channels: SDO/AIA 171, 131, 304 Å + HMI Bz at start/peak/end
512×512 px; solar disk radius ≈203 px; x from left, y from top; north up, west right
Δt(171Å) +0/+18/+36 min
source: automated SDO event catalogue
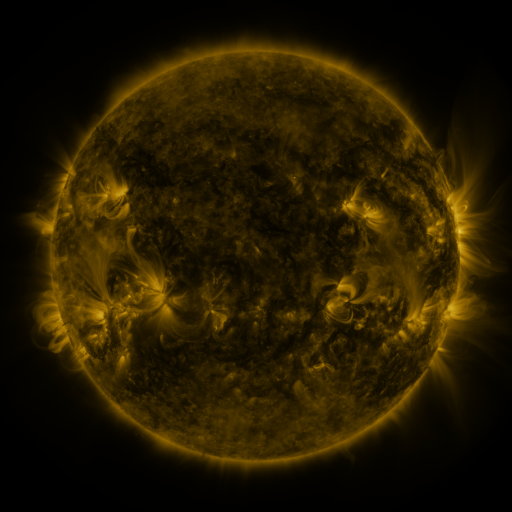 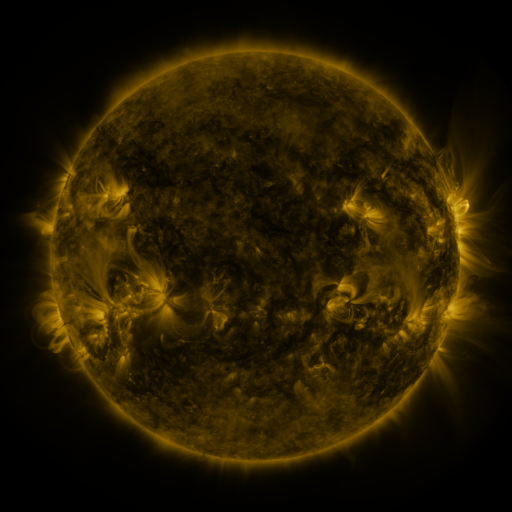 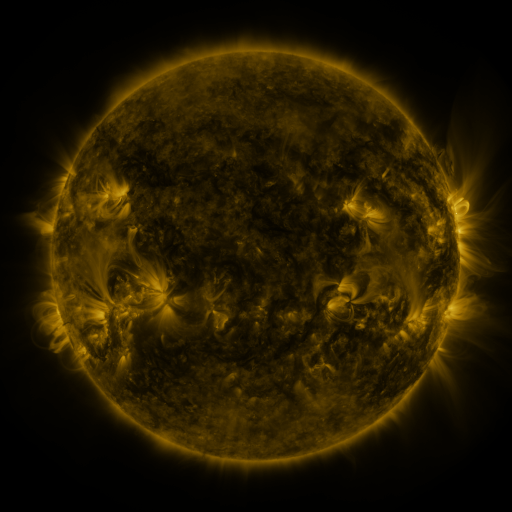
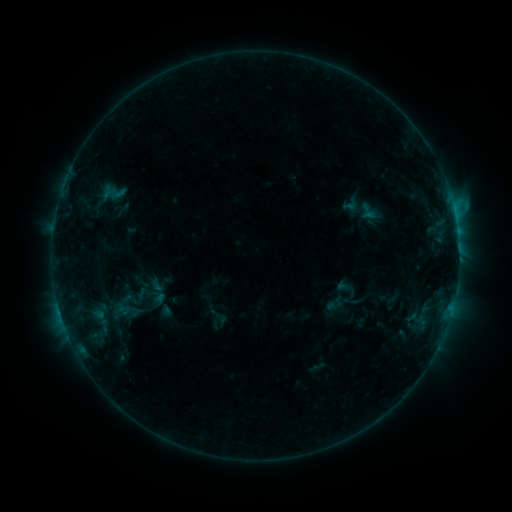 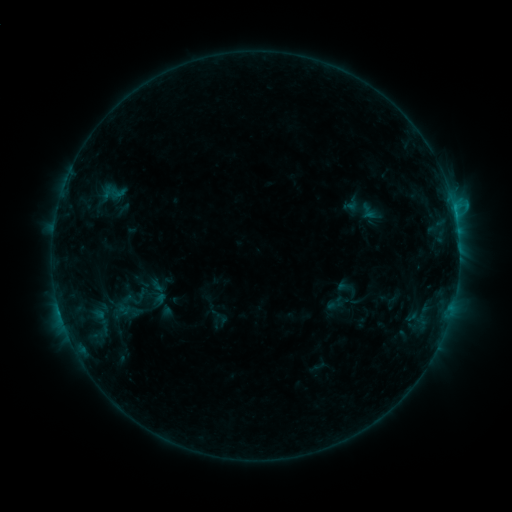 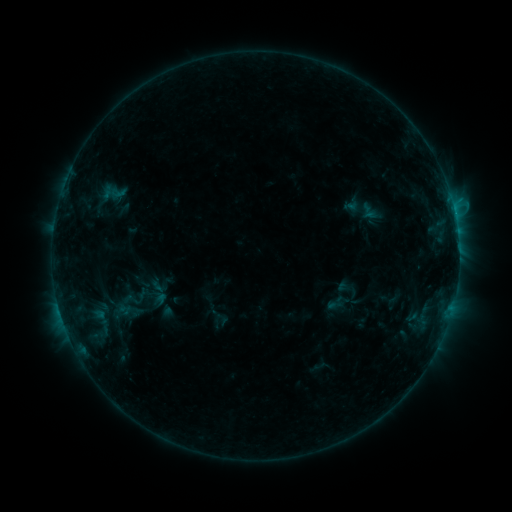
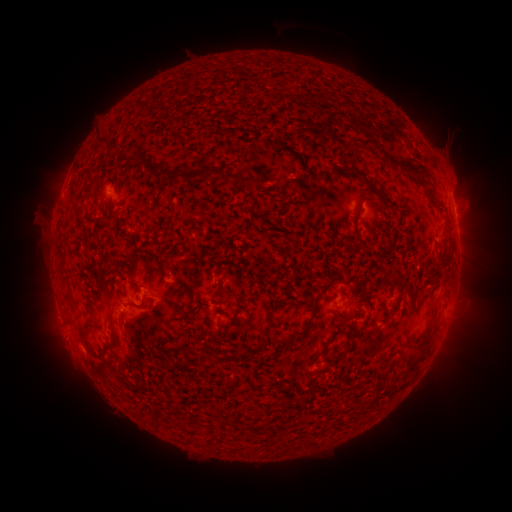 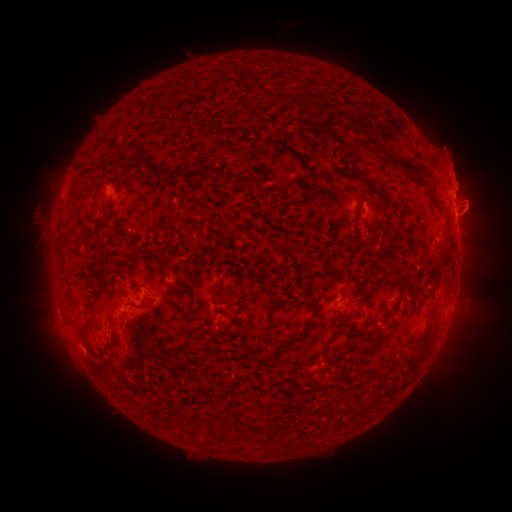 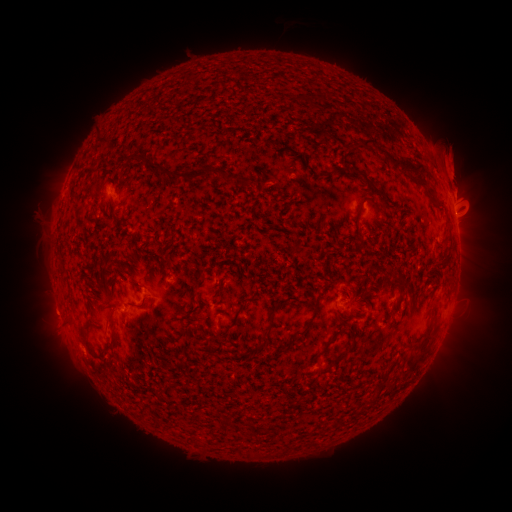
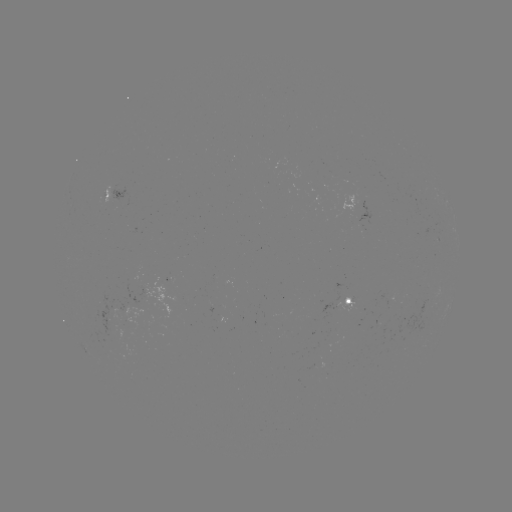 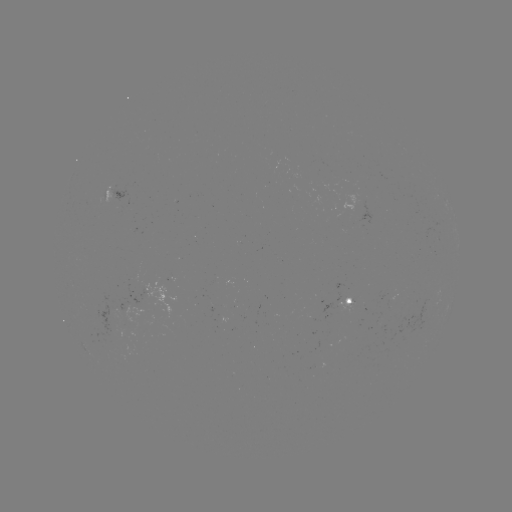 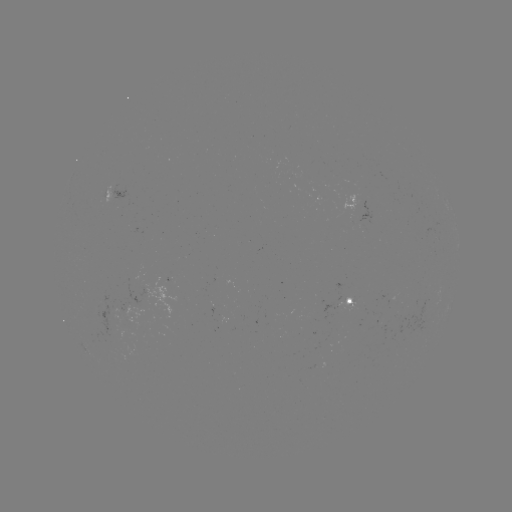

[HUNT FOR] eruption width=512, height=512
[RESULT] [459, 174]